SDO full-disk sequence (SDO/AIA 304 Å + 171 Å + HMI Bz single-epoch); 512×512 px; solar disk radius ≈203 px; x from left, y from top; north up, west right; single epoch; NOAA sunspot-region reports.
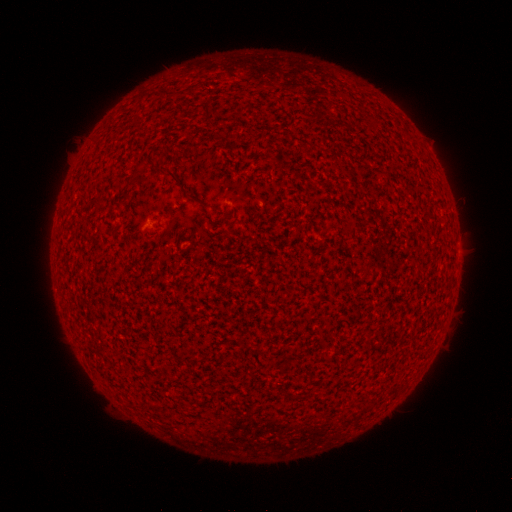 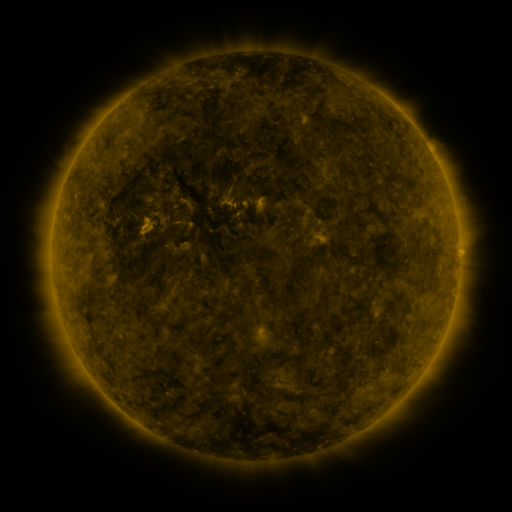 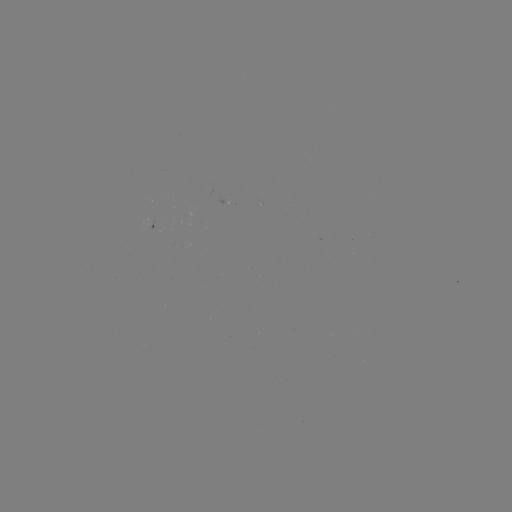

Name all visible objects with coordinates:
(none)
